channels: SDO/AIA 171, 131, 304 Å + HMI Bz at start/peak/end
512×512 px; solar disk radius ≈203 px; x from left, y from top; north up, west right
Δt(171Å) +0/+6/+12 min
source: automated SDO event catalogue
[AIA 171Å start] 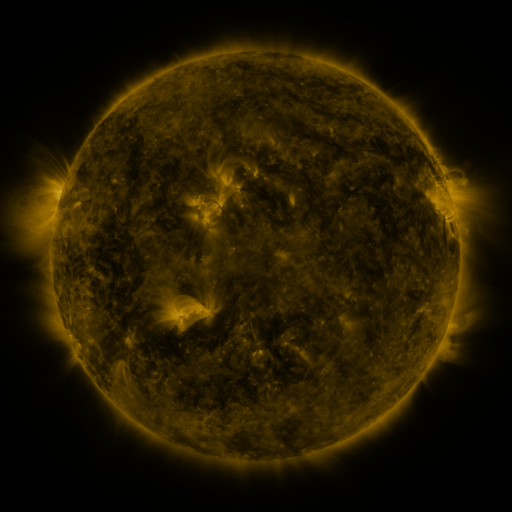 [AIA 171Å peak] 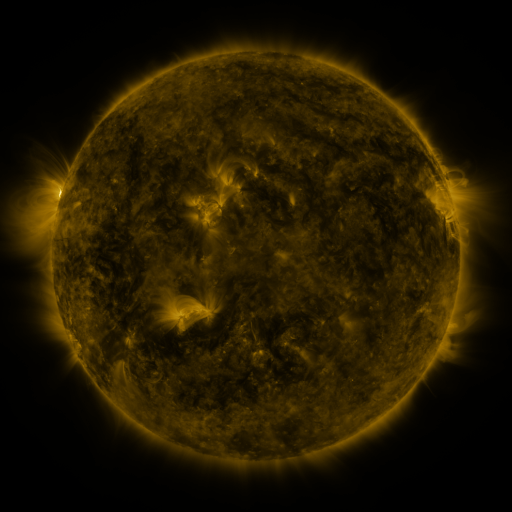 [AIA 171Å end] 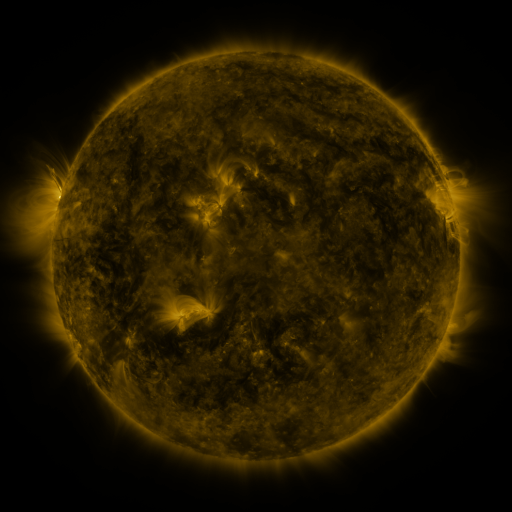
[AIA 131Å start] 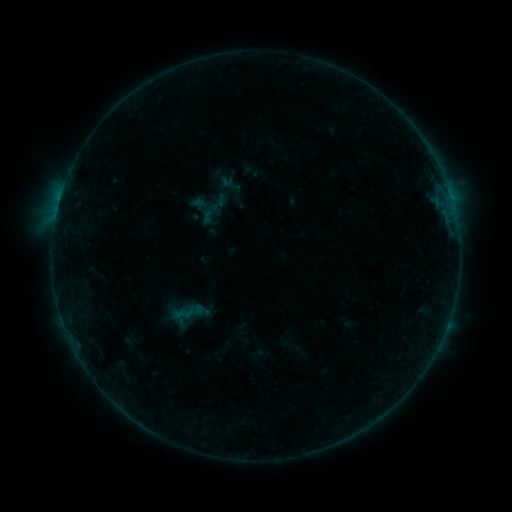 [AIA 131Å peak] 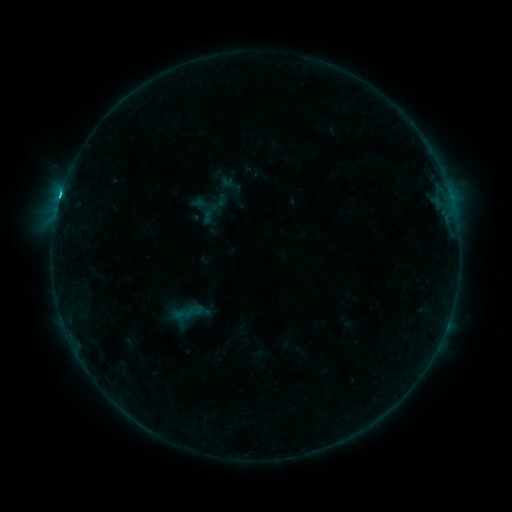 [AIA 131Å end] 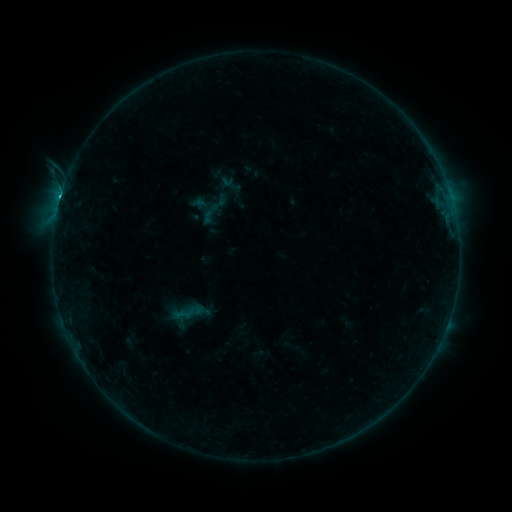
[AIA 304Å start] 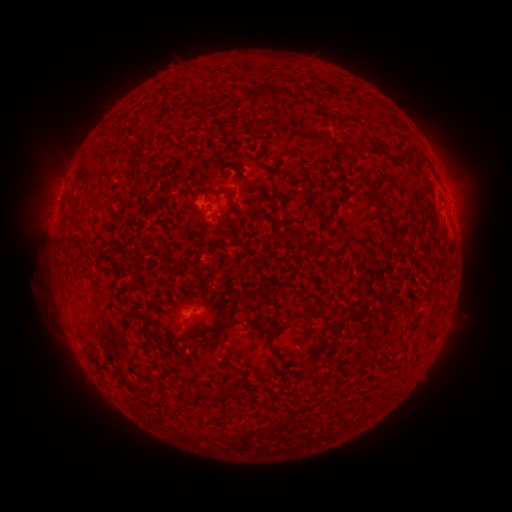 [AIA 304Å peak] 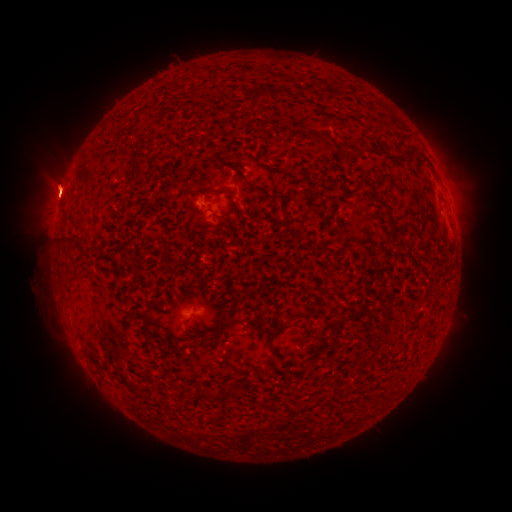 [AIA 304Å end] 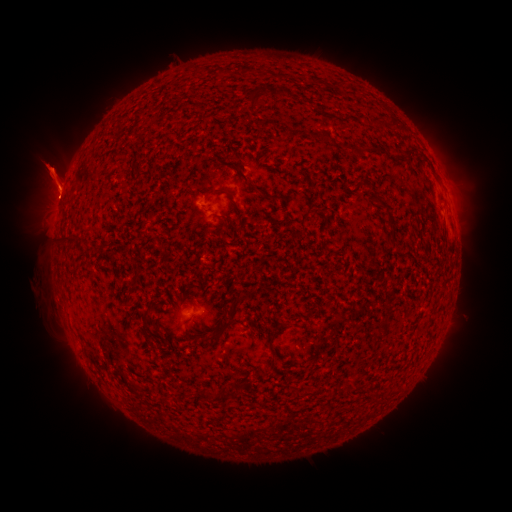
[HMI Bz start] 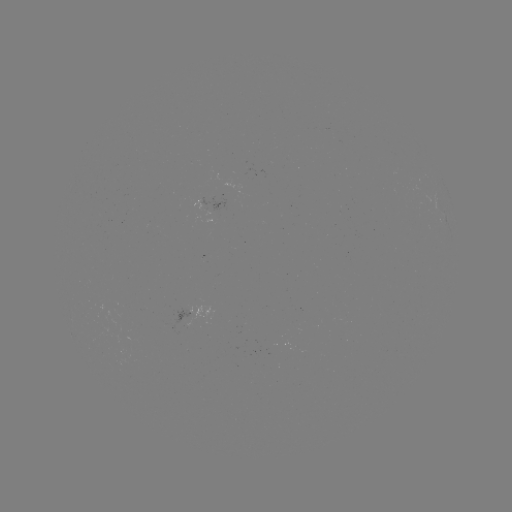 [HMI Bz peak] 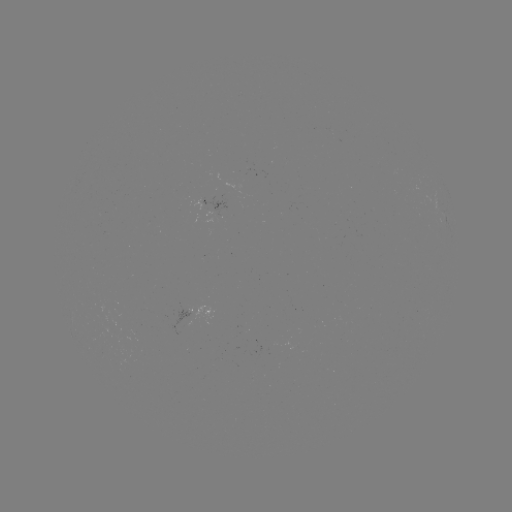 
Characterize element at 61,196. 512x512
C1.2 flare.